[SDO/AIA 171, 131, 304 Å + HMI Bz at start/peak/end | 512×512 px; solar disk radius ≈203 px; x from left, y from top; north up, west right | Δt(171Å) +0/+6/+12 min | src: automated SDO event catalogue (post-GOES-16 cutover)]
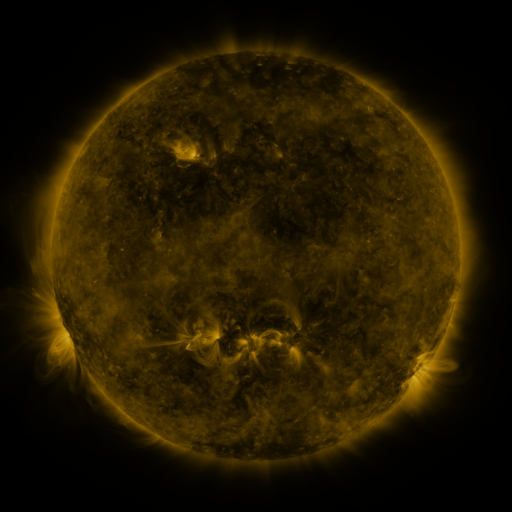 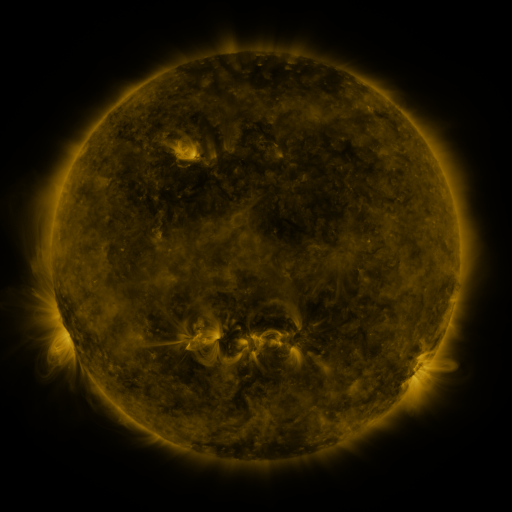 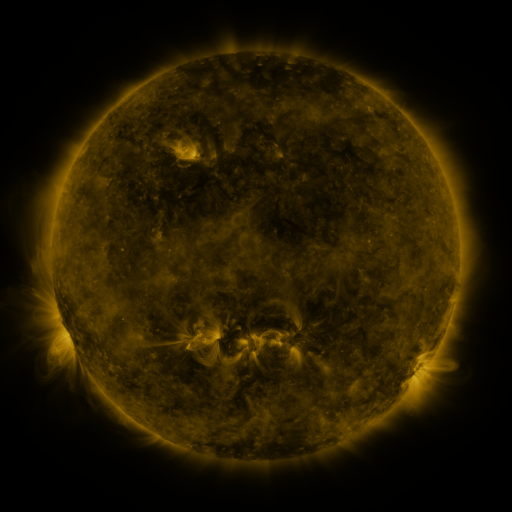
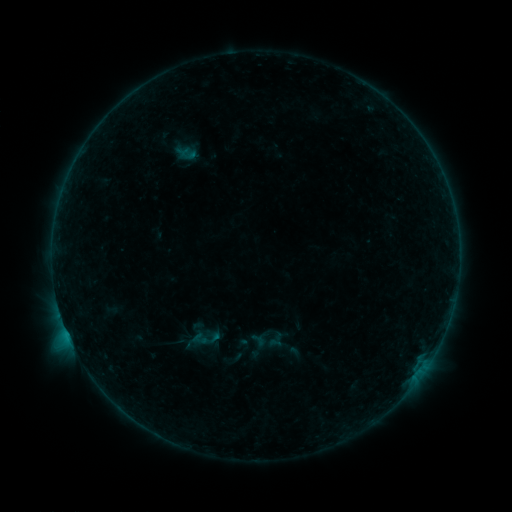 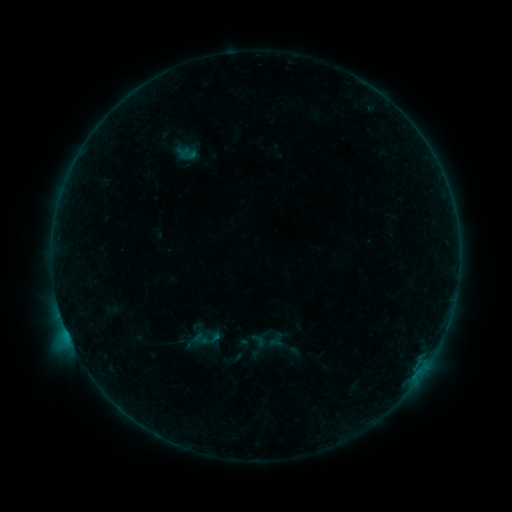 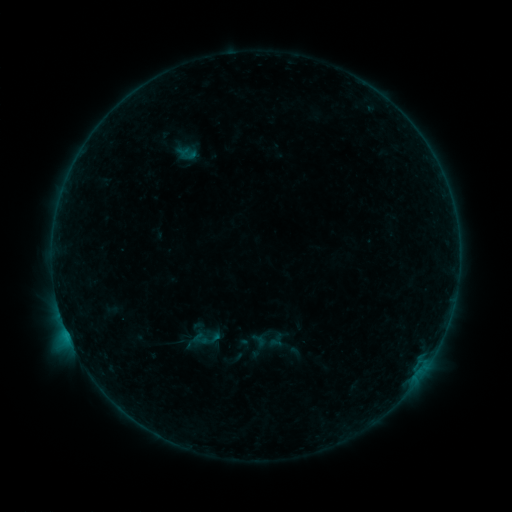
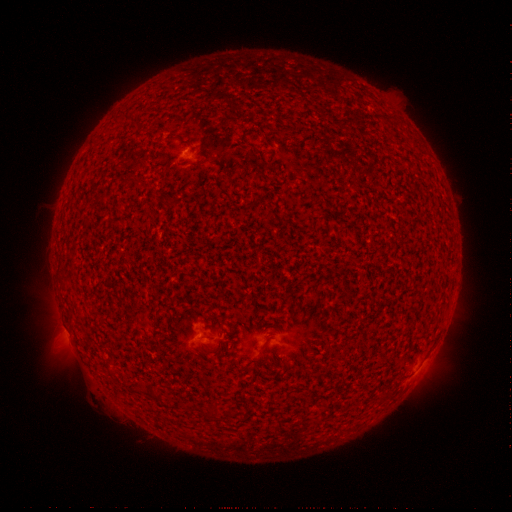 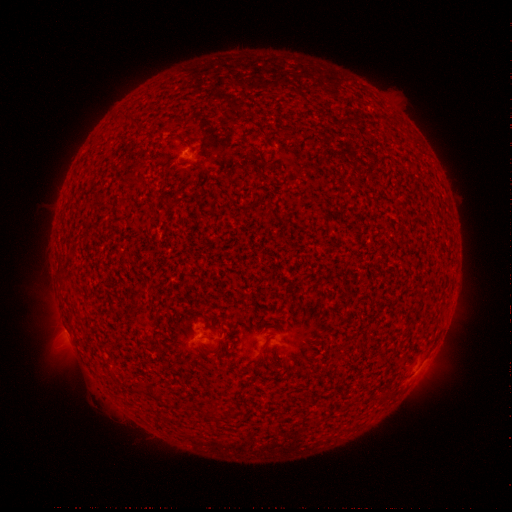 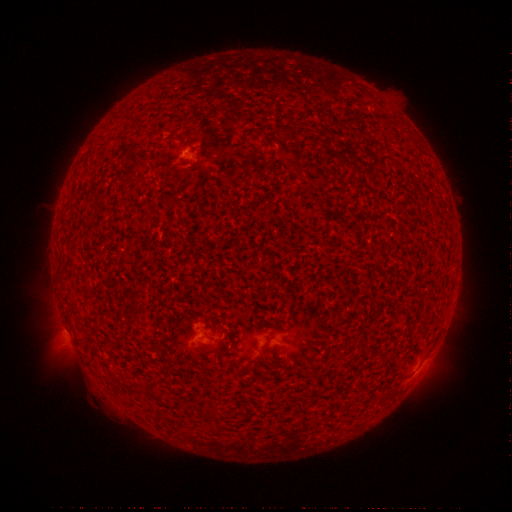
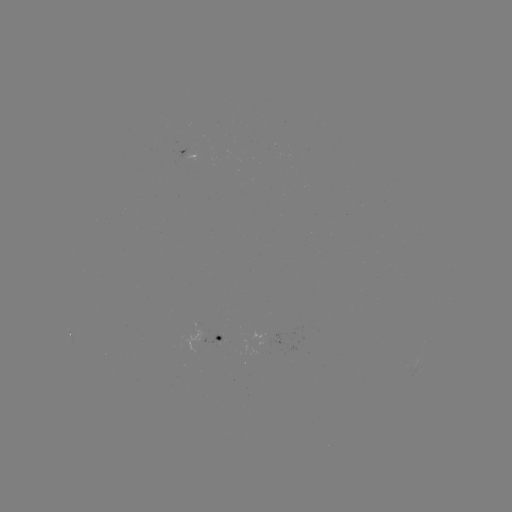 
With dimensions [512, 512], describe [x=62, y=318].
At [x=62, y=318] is B5.0 flare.